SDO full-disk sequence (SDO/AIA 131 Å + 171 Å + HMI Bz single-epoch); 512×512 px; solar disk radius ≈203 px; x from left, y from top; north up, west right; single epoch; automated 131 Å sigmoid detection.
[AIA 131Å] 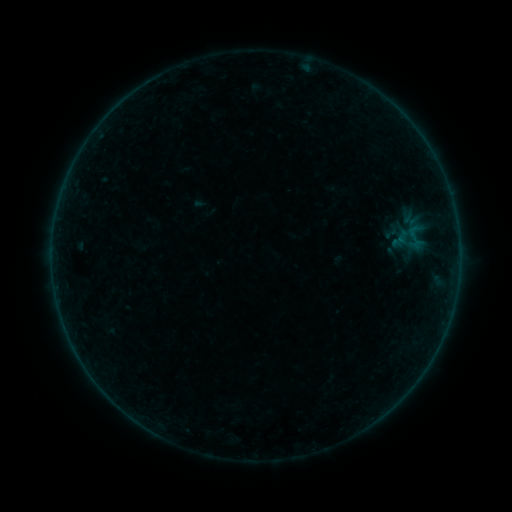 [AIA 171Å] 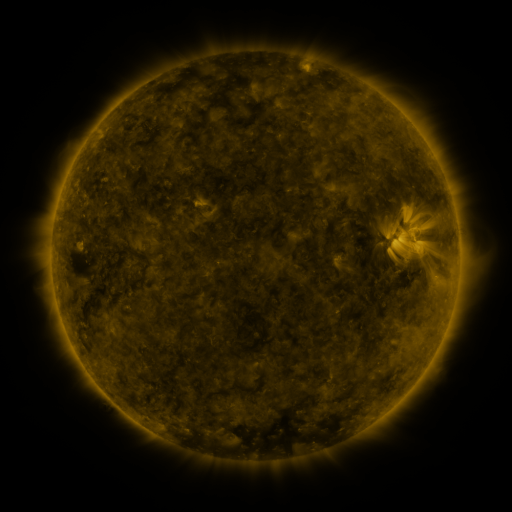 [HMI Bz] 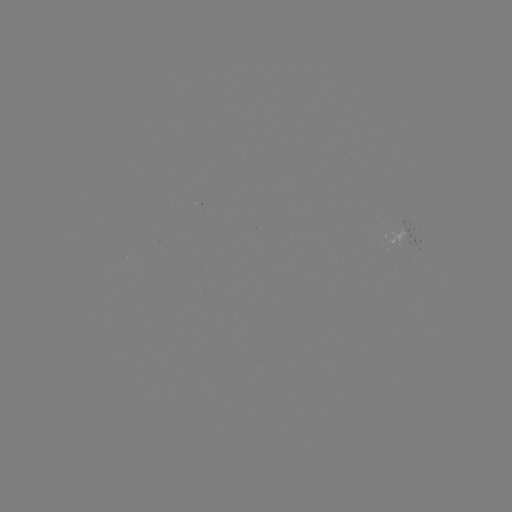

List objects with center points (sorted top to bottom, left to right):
sigmoid: [400, 220, 431, 254]
